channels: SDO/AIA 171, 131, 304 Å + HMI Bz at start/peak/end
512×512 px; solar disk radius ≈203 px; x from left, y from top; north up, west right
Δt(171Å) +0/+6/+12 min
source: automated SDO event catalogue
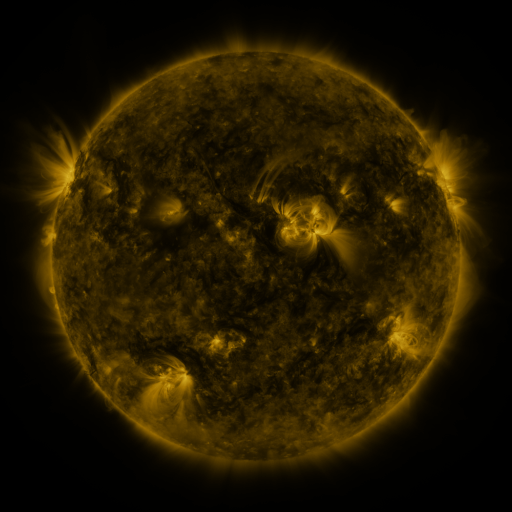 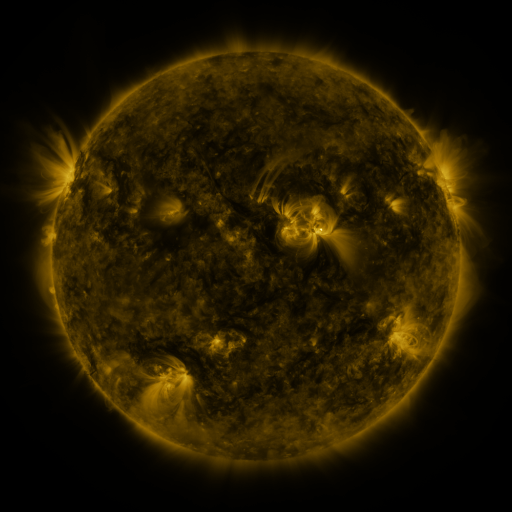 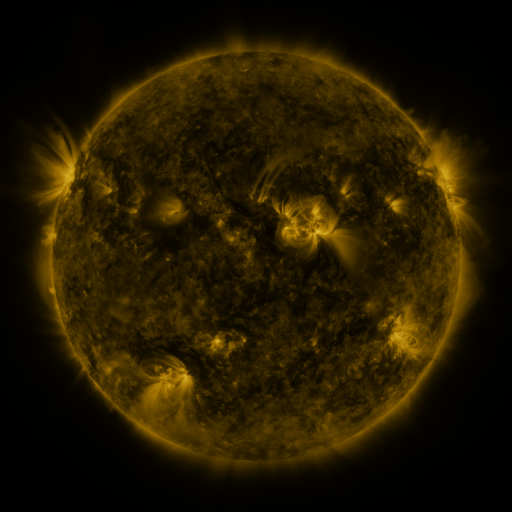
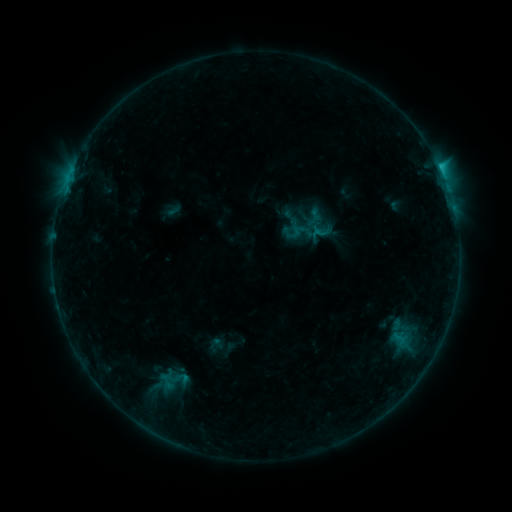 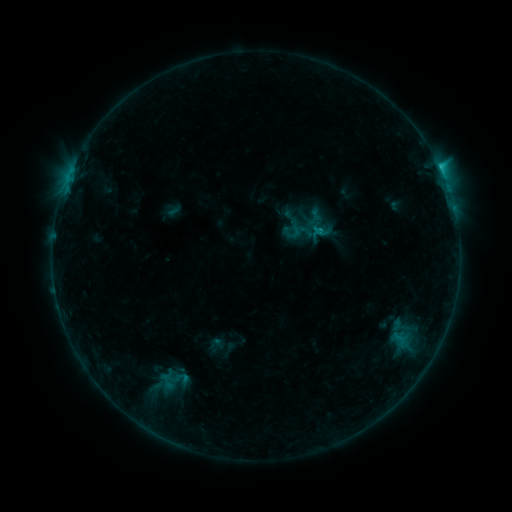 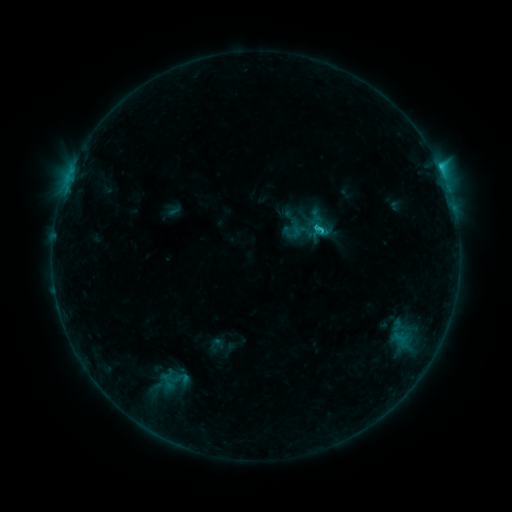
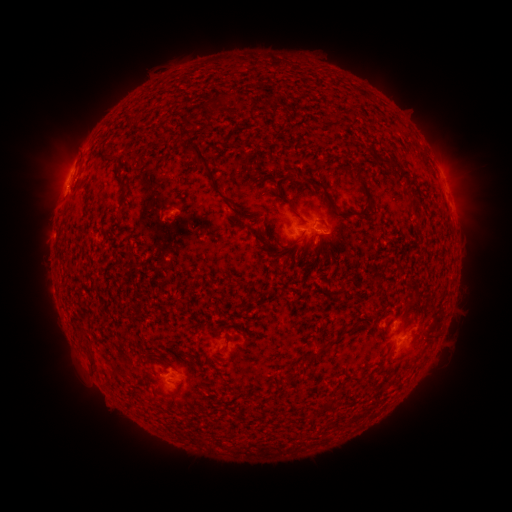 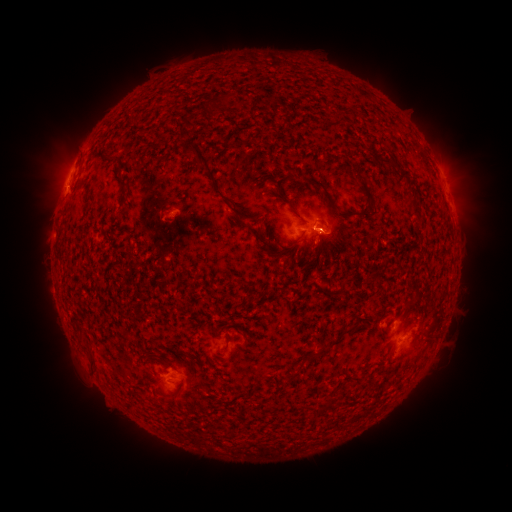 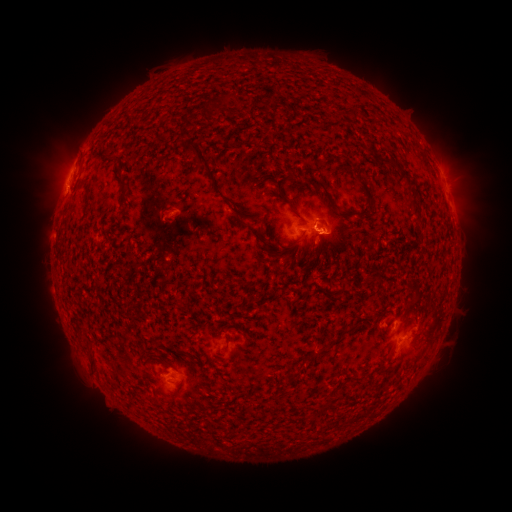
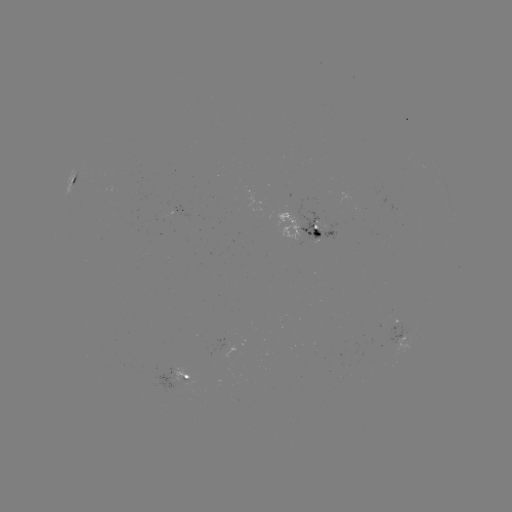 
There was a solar eruption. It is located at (334, 234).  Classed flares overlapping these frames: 1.